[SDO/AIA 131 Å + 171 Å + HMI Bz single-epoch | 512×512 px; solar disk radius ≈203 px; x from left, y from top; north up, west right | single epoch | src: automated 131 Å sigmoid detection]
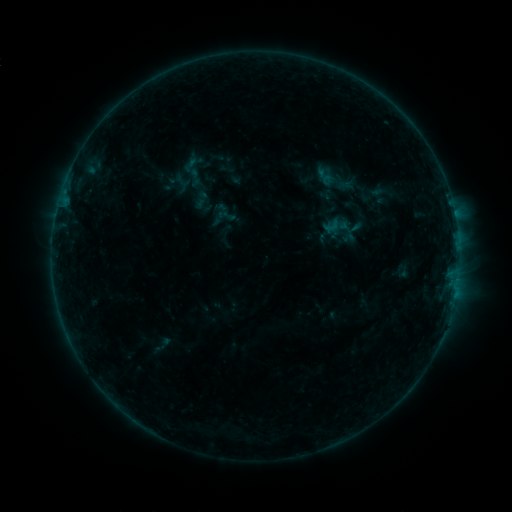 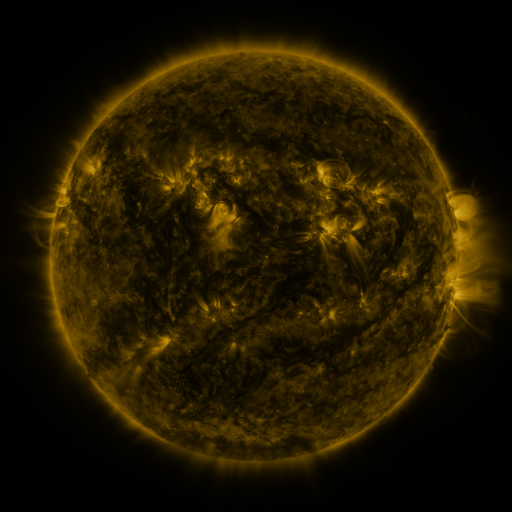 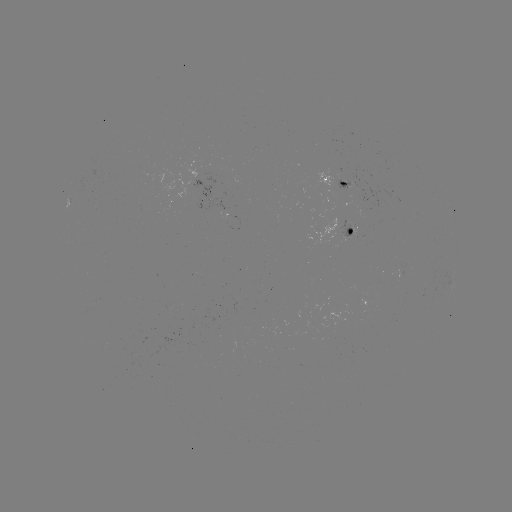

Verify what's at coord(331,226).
sigmoid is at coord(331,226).